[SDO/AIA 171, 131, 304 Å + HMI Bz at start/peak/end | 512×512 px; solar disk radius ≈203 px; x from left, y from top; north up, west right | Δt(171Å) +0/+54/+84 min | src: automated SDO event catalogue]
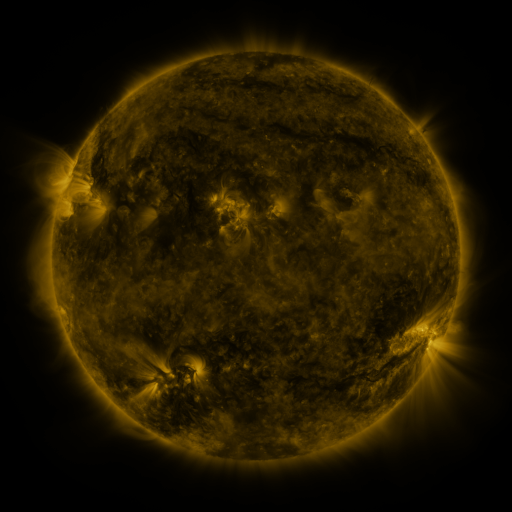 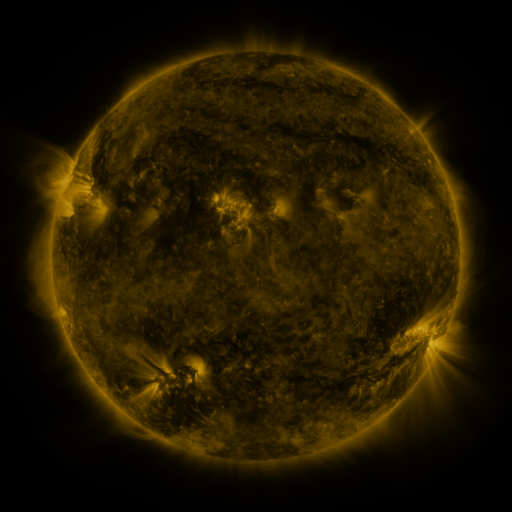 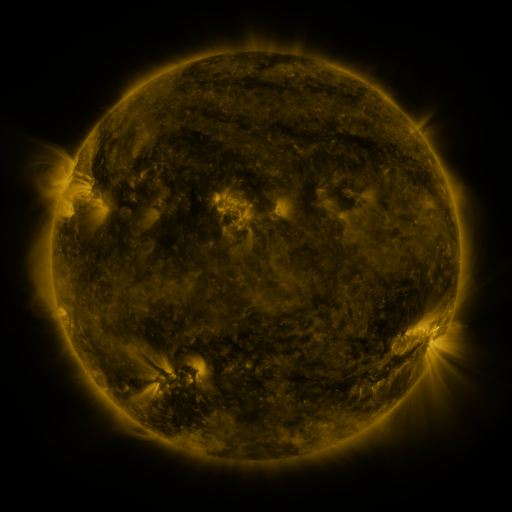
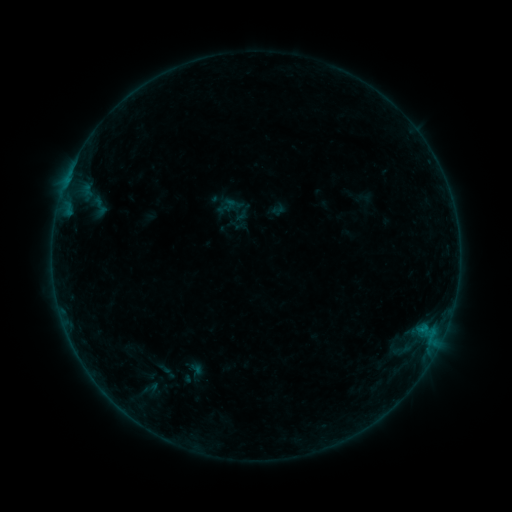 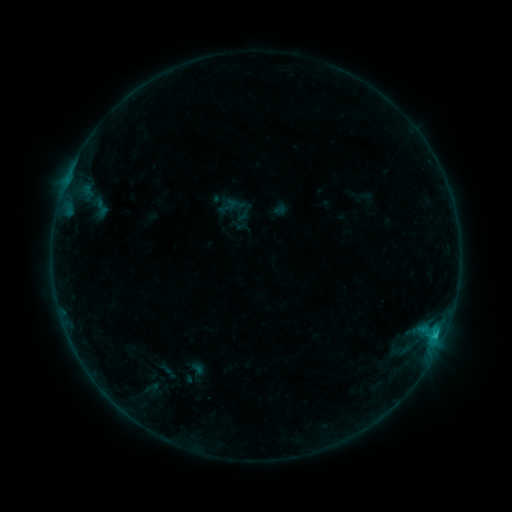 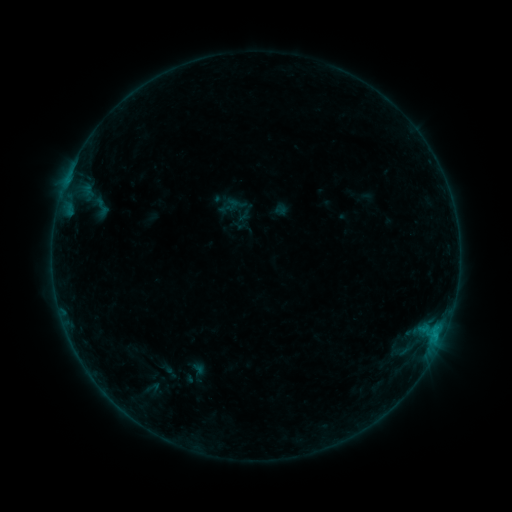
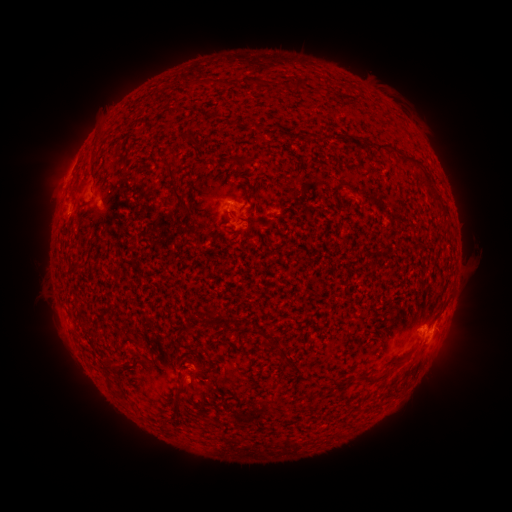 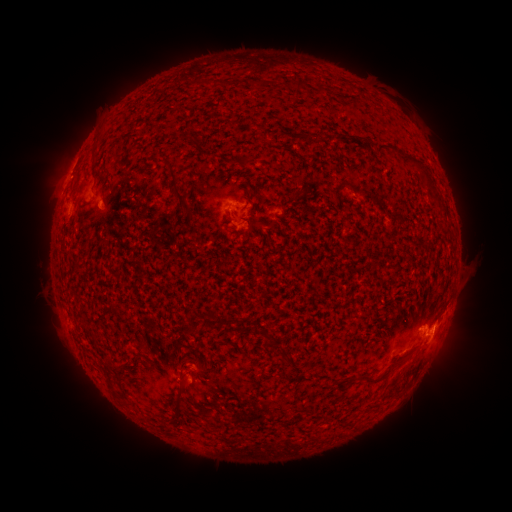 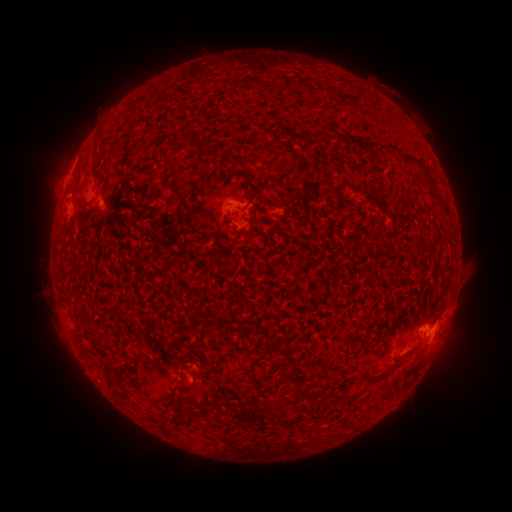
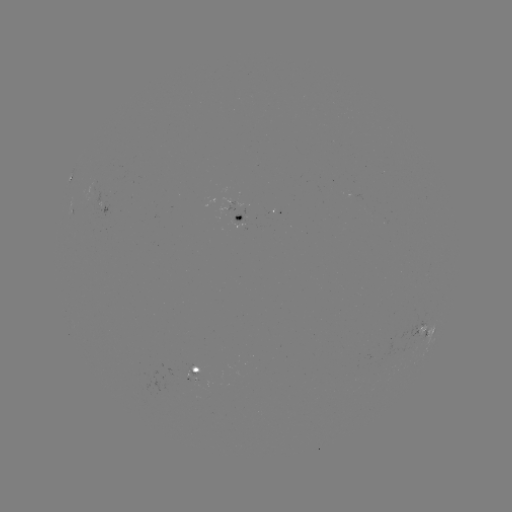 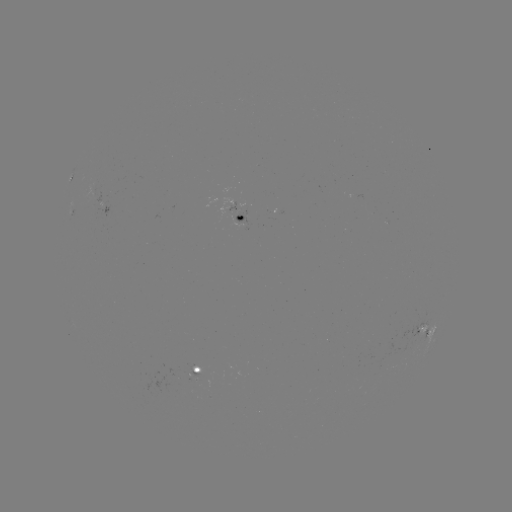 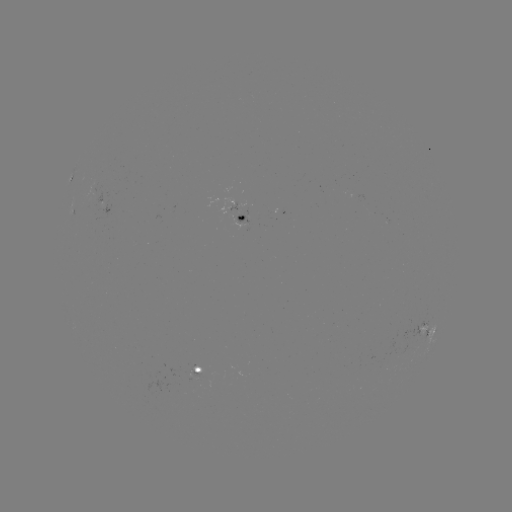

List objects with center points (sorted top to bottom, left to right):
C1.1 flare: (276, 215)
